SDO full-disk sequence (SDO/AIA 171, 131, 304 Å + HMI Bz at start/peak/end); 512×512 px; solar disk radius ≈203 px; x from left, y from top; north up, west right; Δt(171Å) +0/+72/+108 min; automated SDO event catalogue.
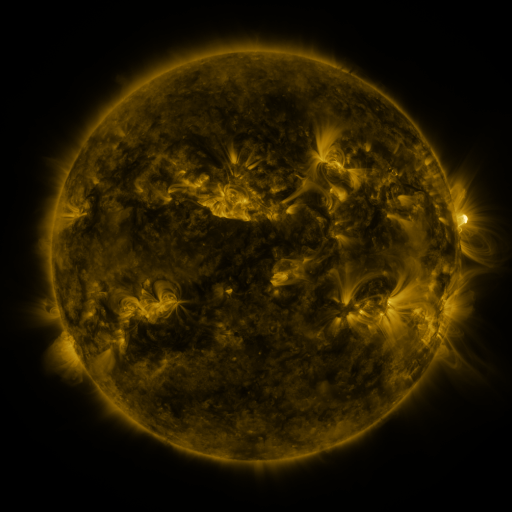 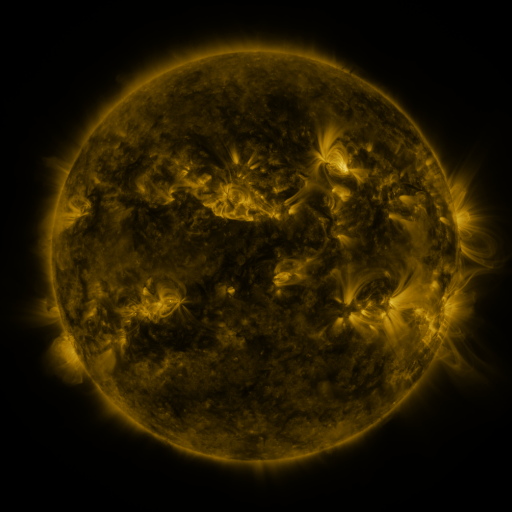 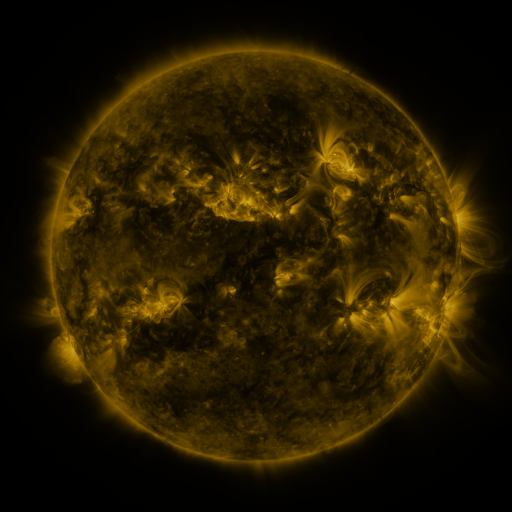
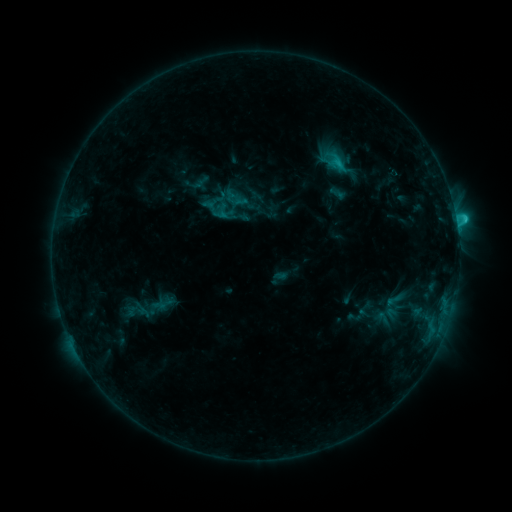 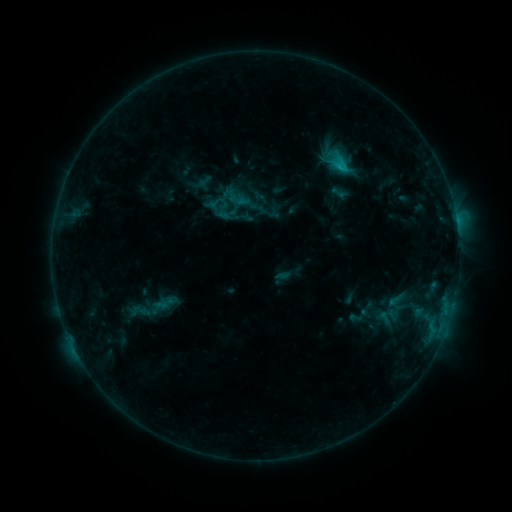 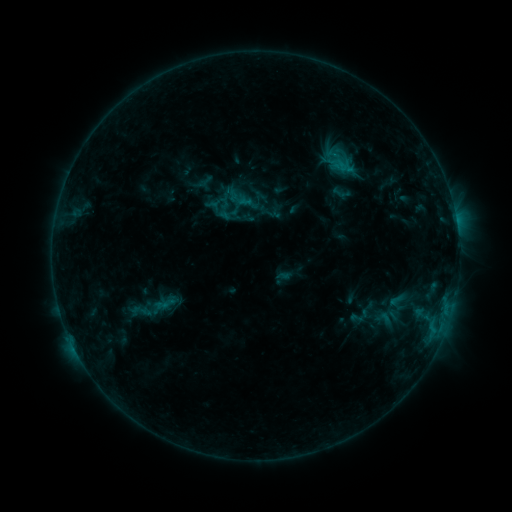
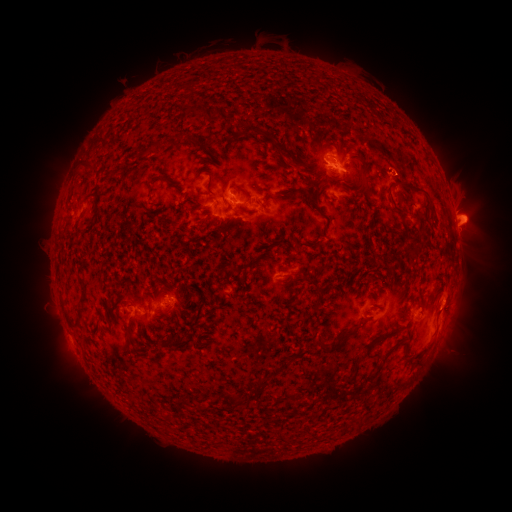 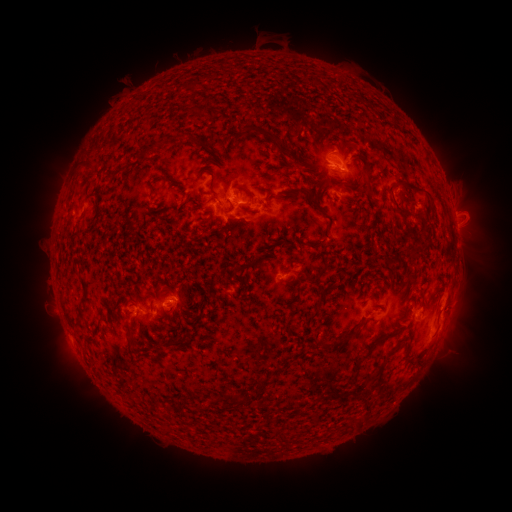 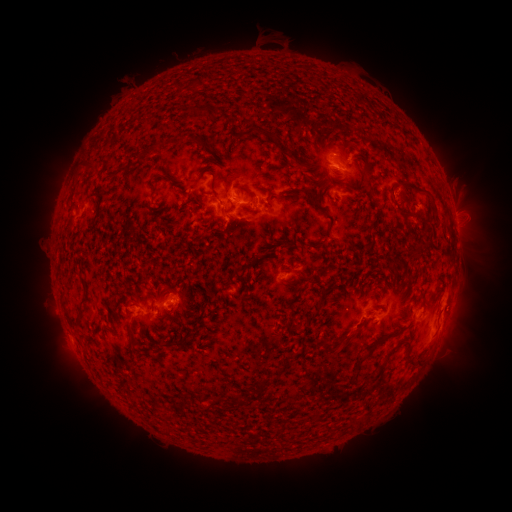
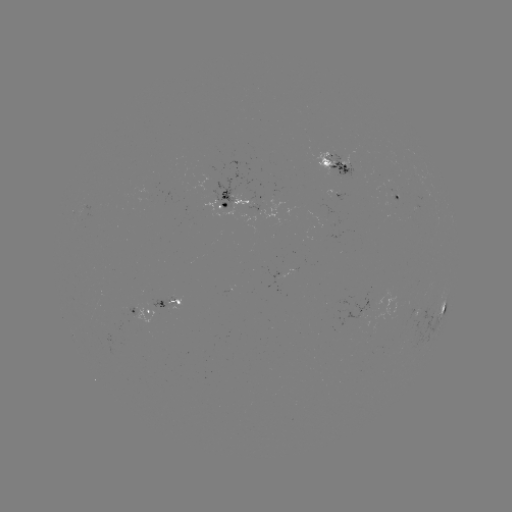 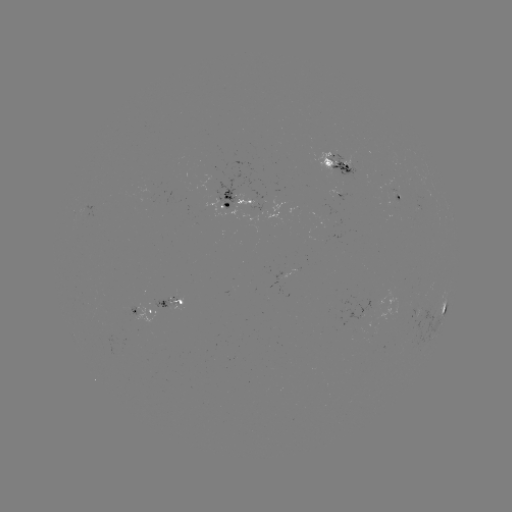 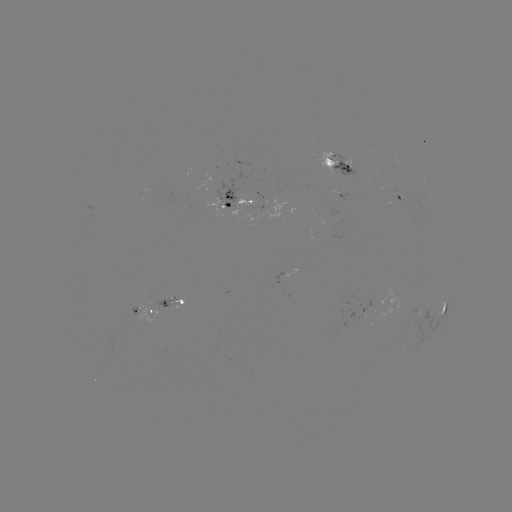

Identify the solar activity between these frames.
emerging-flux region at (417, 309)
